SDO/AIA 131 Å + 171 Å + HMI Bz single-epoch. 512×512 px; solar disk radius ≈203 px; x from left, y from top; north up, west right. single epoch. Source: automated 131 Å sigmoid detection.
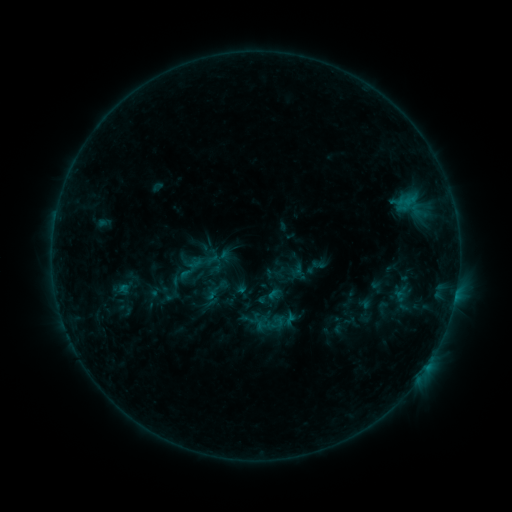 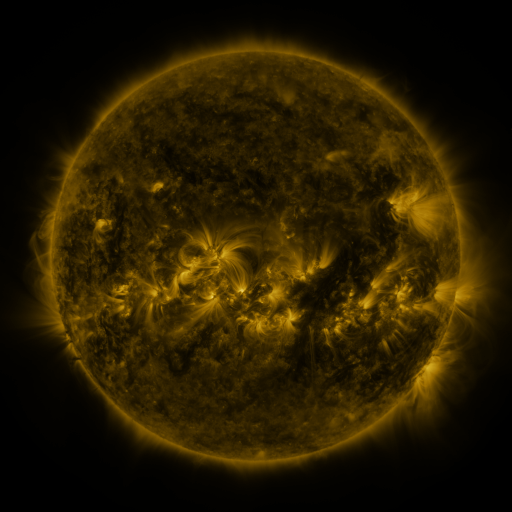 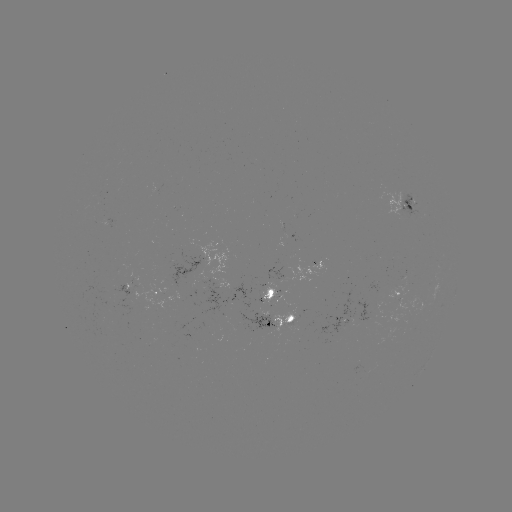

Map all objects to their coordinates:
sigmoid: (263, 309)
